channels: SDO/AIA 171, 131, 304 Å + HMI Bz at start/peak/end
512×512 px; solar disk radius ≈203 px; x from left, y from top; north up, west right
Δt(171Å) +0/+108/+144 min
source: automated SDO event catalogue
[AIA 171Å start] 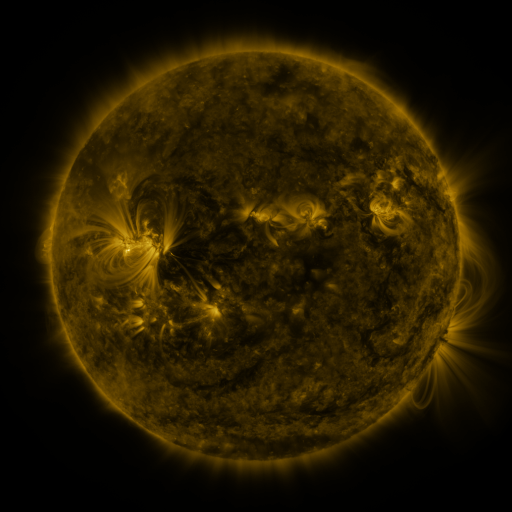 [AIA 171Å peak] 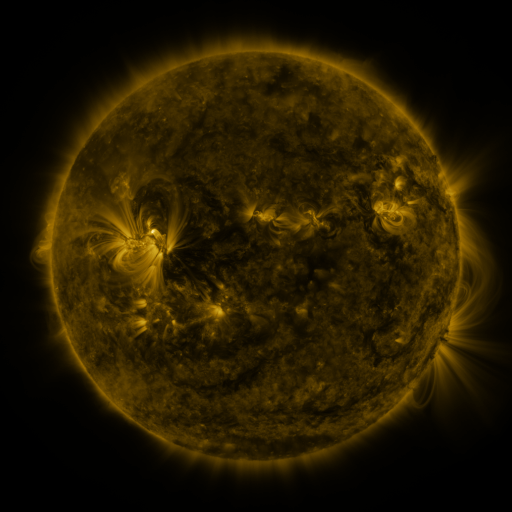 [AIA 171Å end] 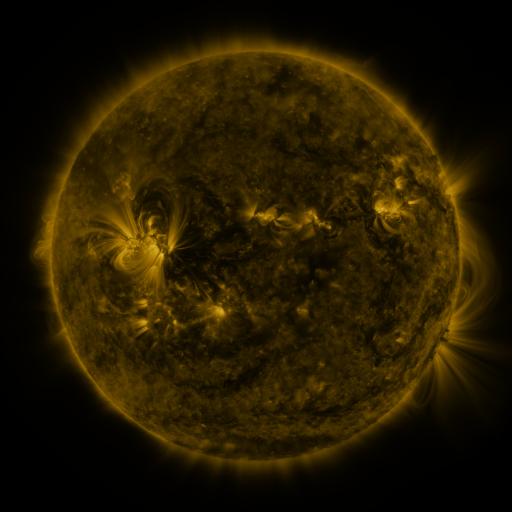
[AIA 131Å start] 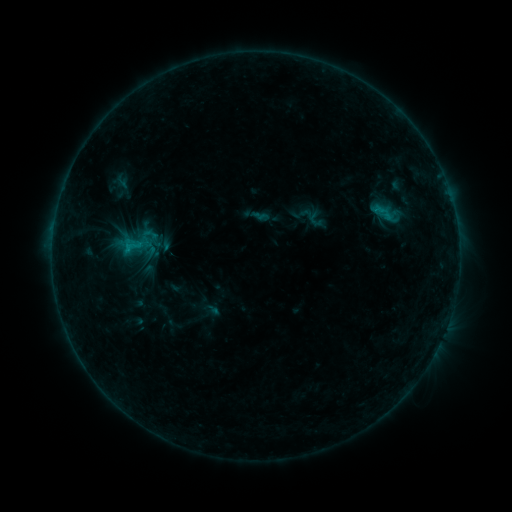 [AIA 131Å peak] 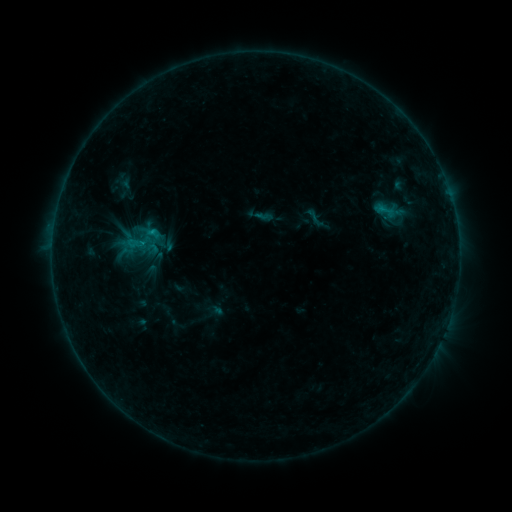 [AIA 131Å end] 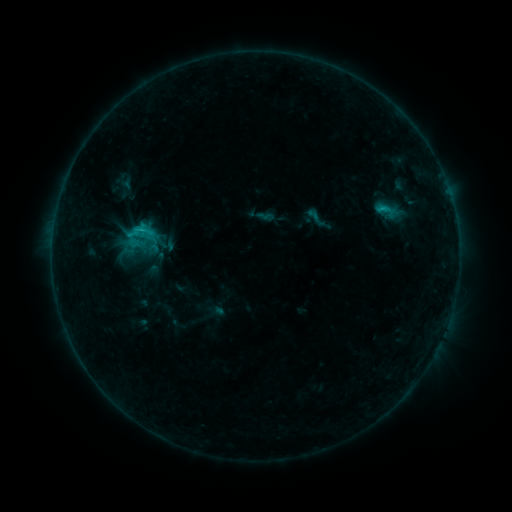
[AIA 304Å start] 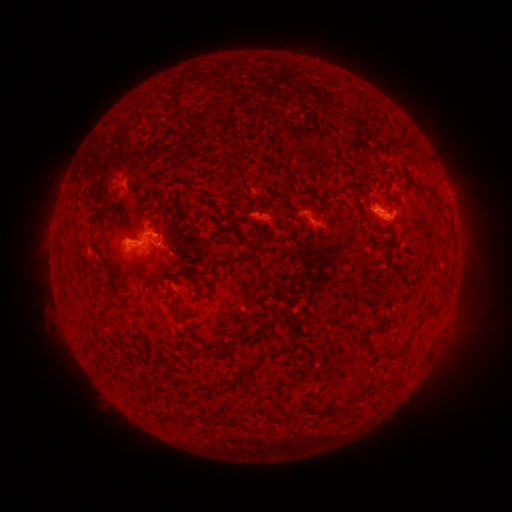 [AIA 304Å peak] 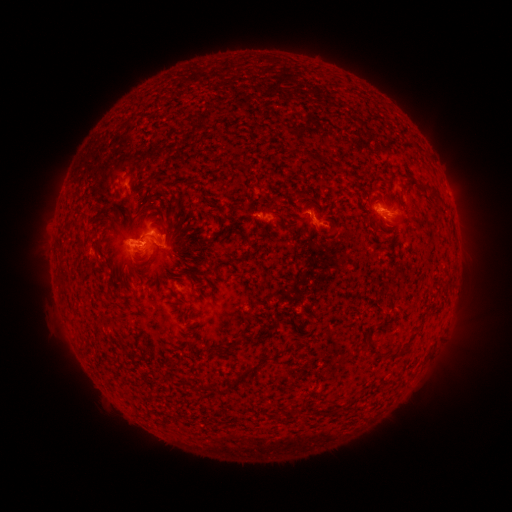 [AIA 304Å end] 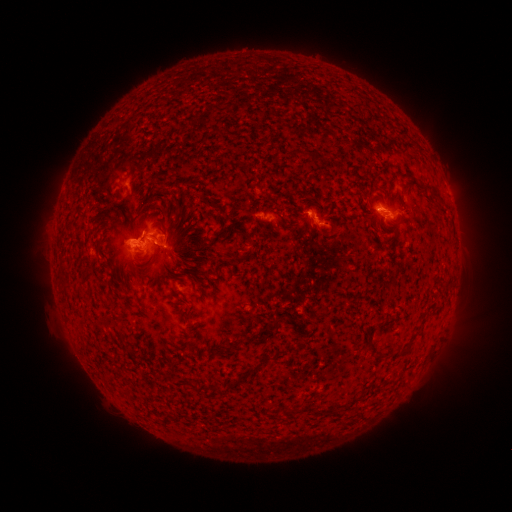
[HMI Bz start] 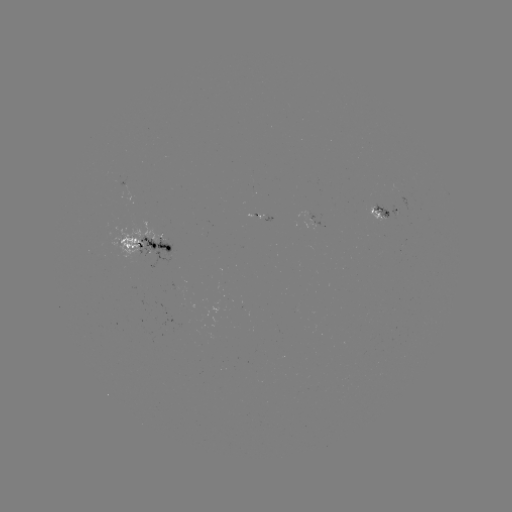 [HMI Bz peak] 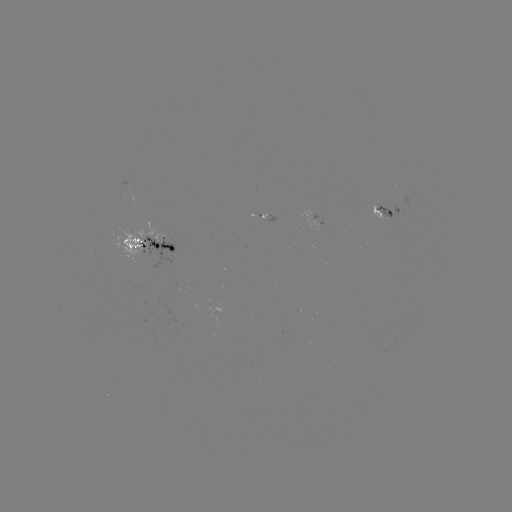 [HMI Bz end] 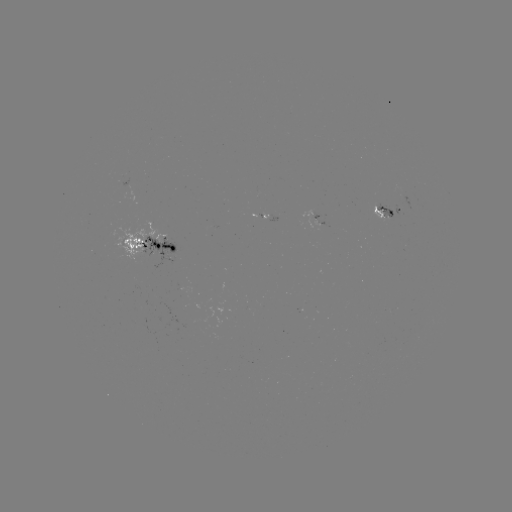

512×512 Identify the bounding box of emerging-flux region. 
[390, 205, 402, 218].